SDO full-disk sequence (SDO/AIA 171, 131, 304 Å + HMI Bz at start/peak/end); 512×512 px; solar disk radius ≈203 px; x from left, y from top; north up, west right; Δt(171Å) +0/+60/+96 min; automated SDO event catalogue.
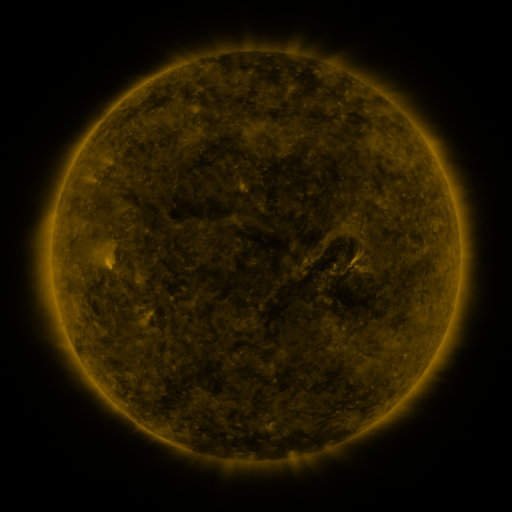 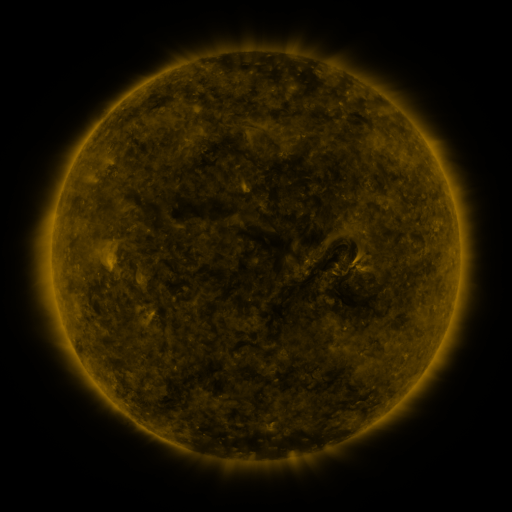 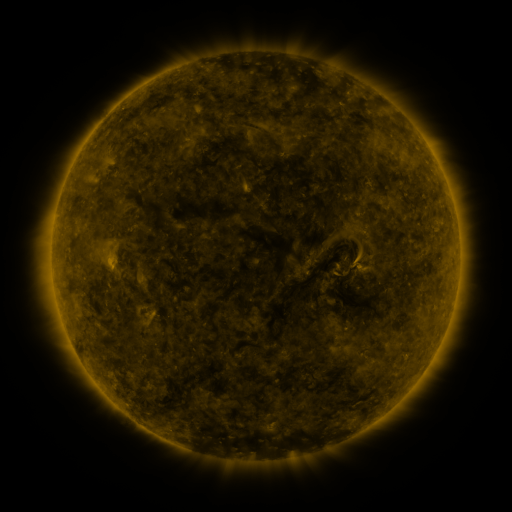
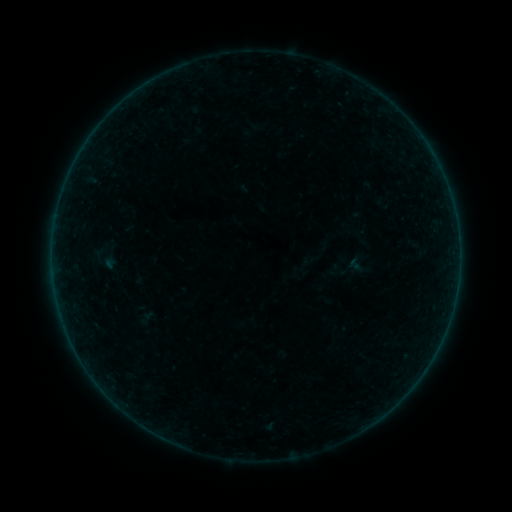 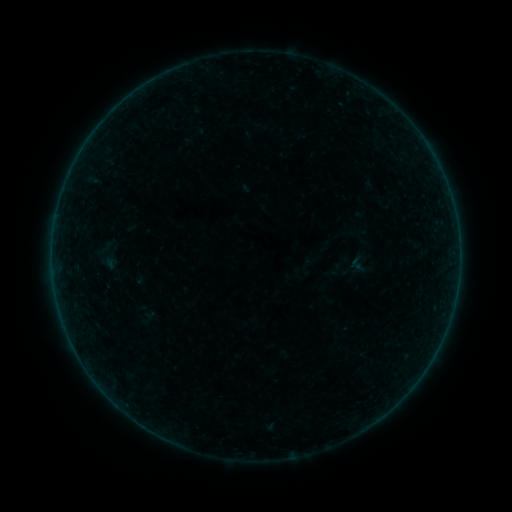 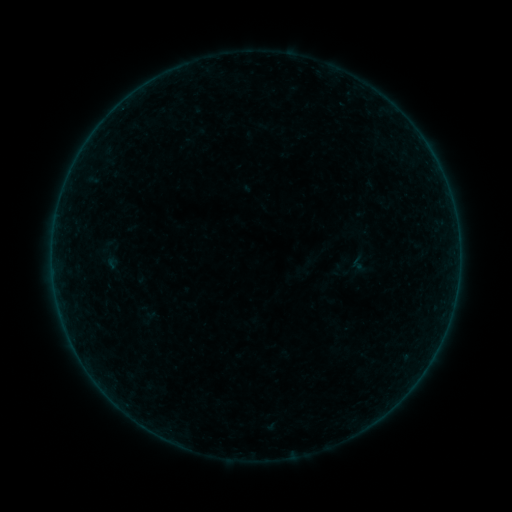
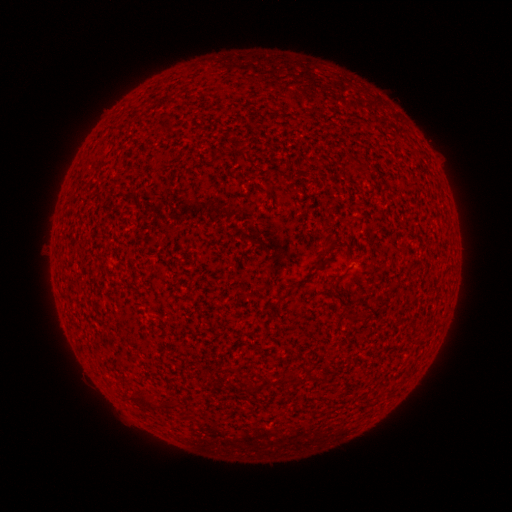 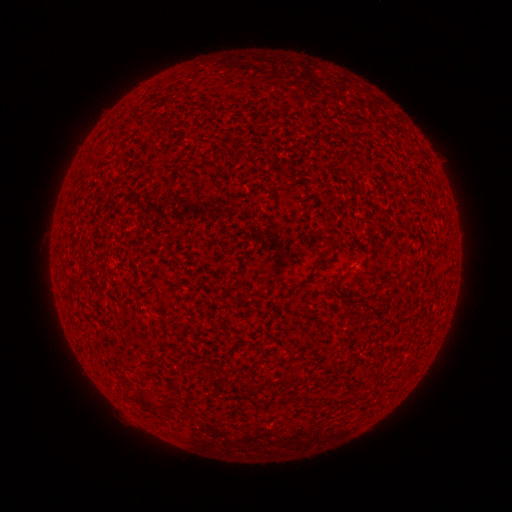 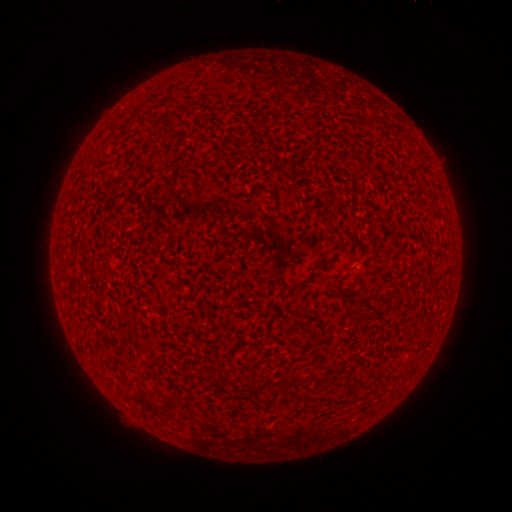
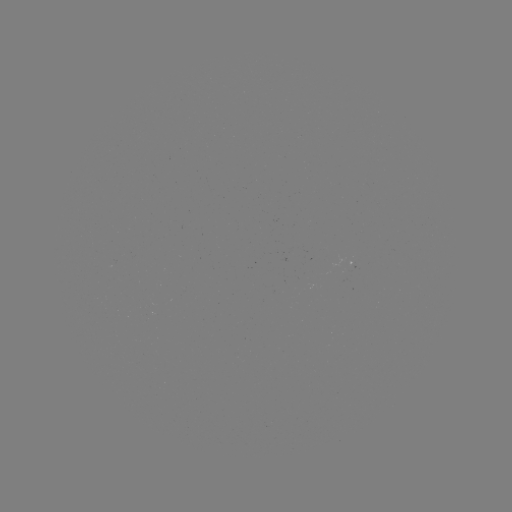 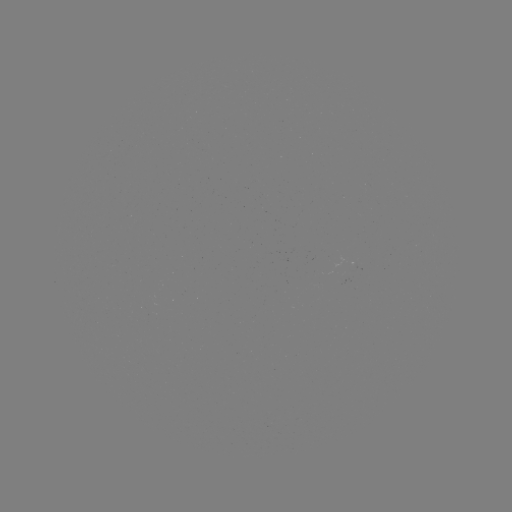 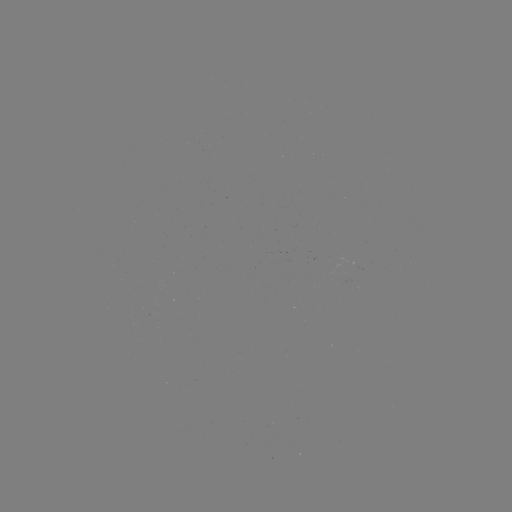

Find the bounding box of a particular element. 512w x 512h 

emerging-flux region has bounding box [337, 255, 358, 273].